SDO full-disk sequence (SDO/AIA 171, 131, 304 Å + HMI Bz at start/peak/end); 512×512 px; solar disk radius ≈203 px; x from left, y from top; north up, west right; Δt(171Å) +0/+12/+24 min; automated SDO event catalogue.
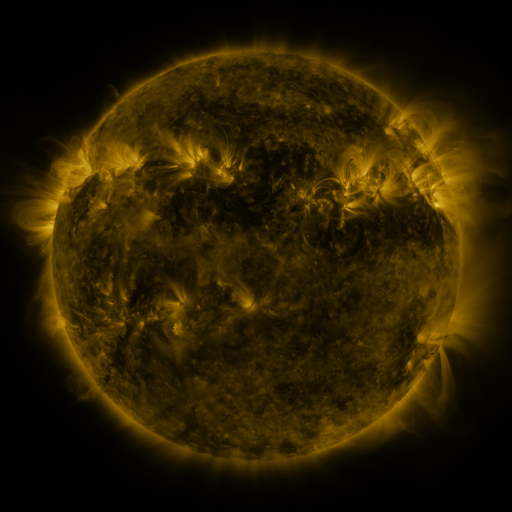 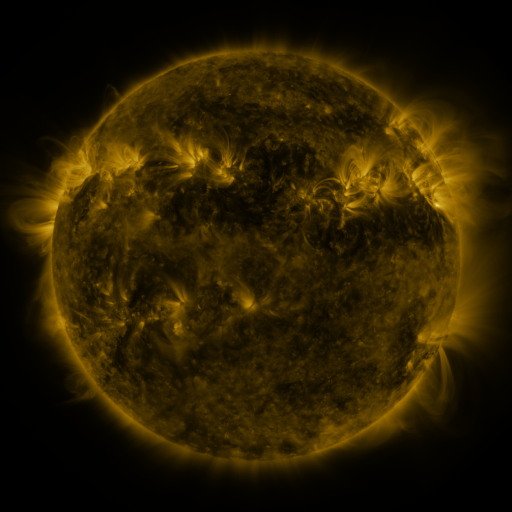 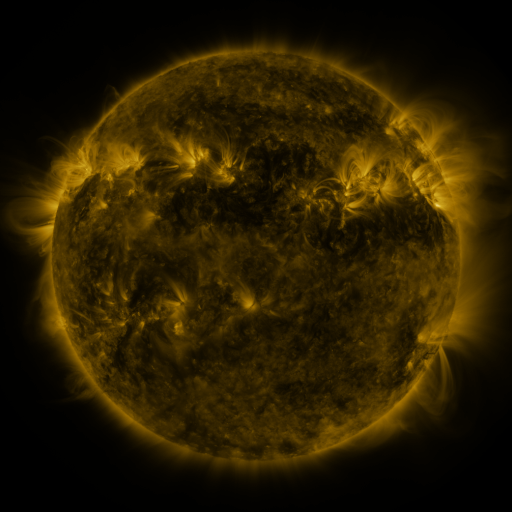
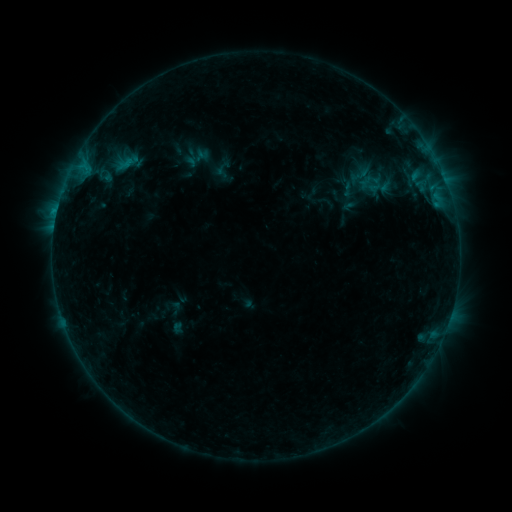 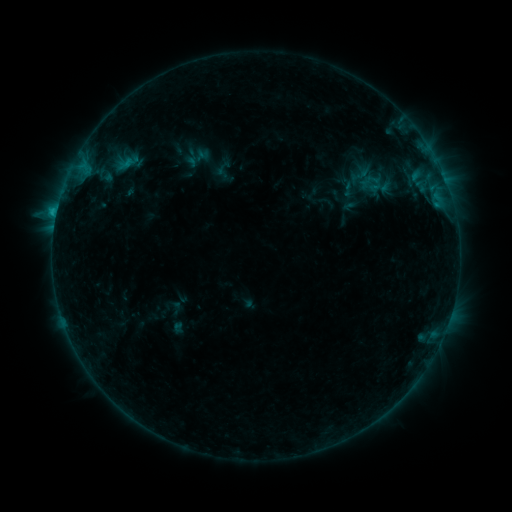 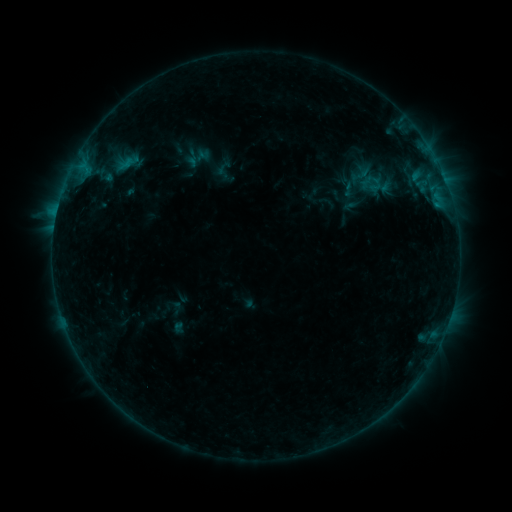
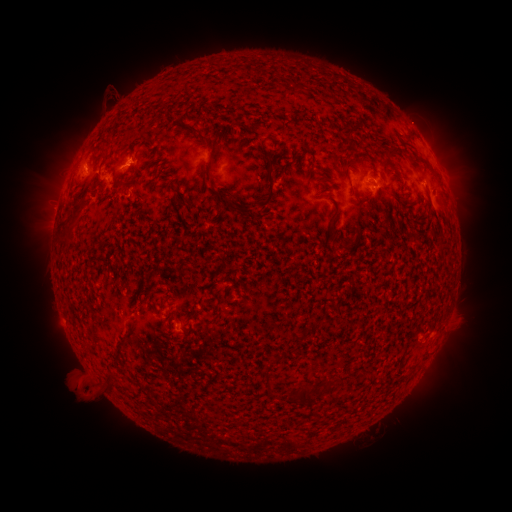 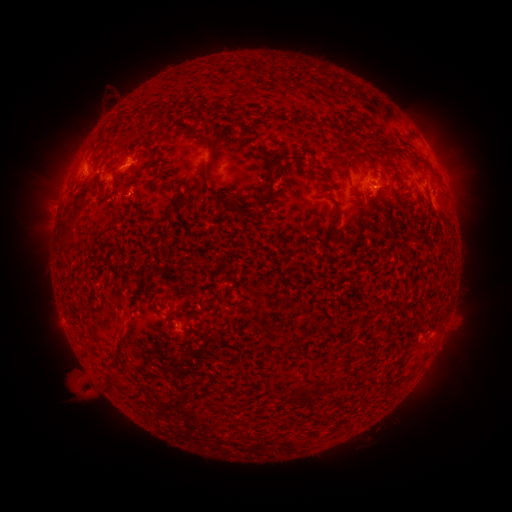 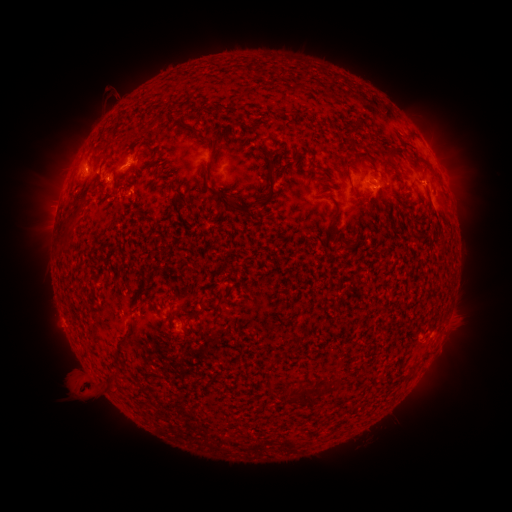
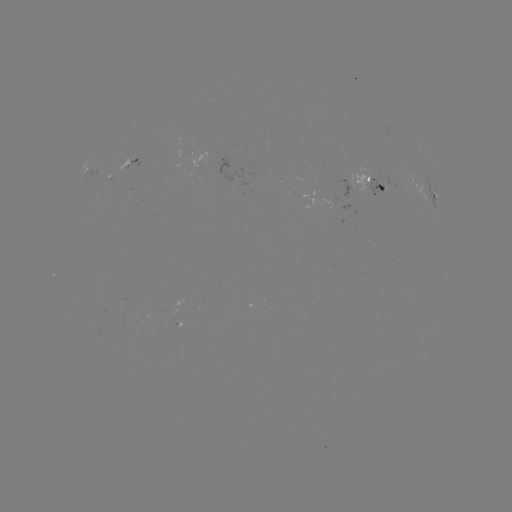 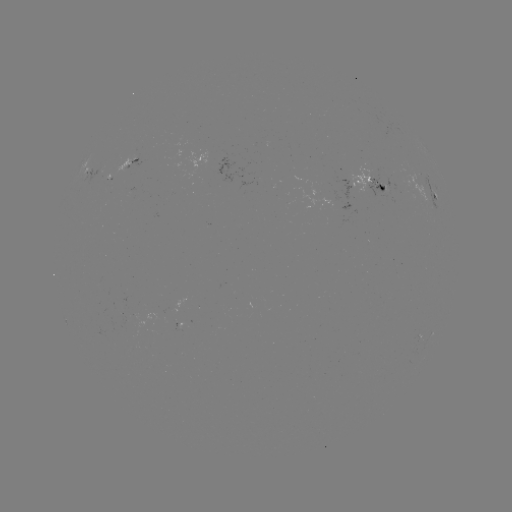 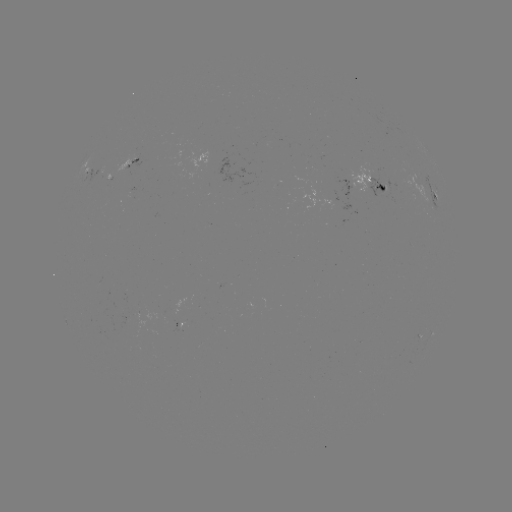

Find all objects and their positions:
C1.2 flare: (56, 216)
